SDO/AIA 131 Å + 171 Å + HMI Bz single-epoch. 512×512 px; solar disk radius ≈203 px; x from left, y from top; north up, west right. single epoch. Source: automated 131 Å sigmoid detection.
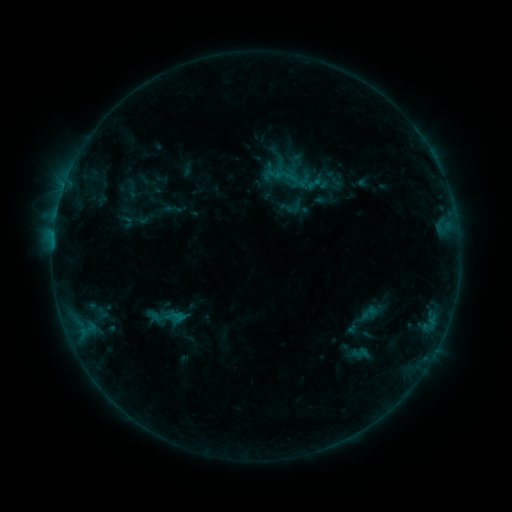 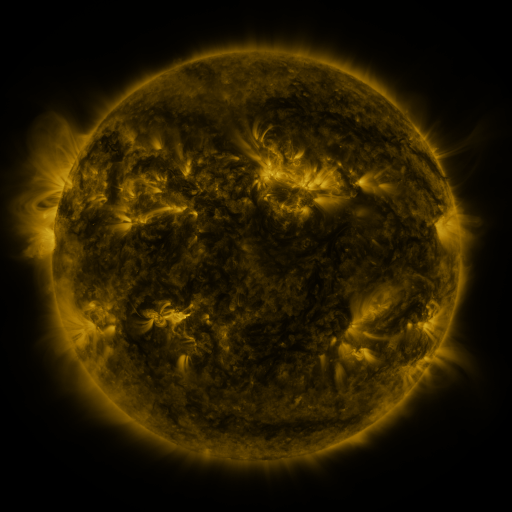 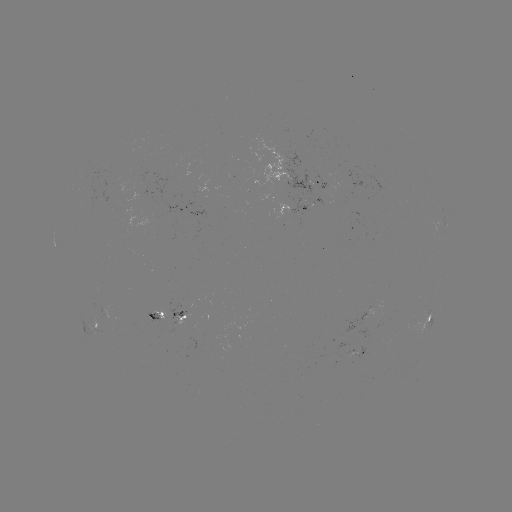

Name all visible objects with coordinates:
sigmoid: (368, 314)
